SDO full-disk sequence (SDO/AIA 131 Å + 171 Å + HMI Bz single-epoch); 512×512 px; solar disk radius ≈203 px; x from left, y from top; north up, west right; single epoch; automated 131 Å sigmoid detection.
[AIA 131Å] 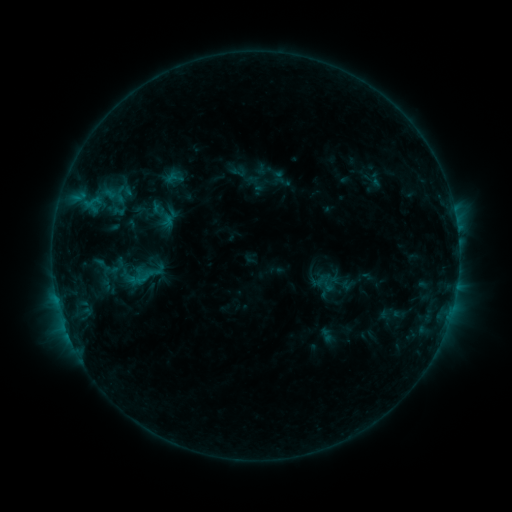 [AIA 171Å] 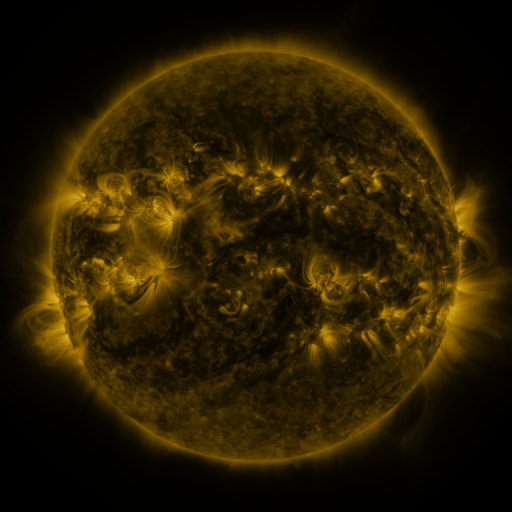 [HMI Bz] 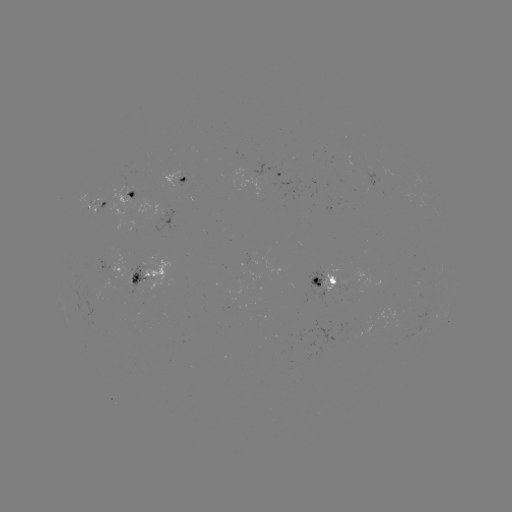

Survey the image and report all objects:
sigmoid: <bbox>230, 164, 246, 180</bbox>
sigmoid: <bbox>111, 185, 130, 204</bbox>
sigmoid: <bbox>89, 253, 122, 280</bbox>
sigmoid: <bbox>318, 273, 337, 294</bbox>
